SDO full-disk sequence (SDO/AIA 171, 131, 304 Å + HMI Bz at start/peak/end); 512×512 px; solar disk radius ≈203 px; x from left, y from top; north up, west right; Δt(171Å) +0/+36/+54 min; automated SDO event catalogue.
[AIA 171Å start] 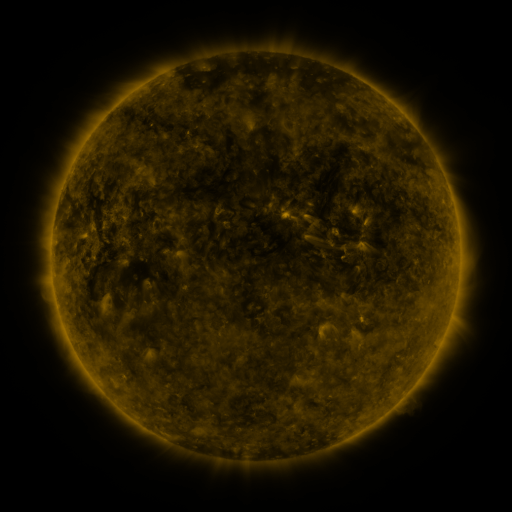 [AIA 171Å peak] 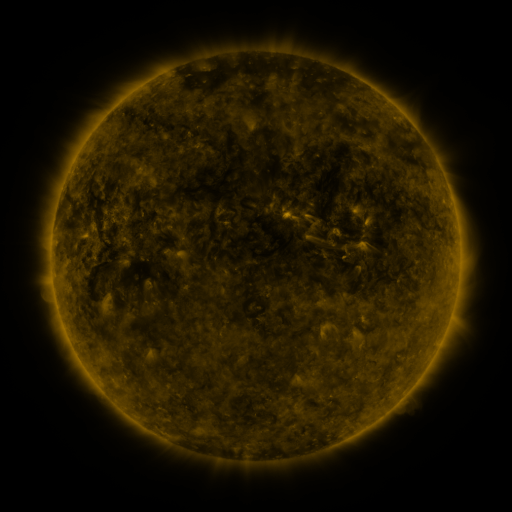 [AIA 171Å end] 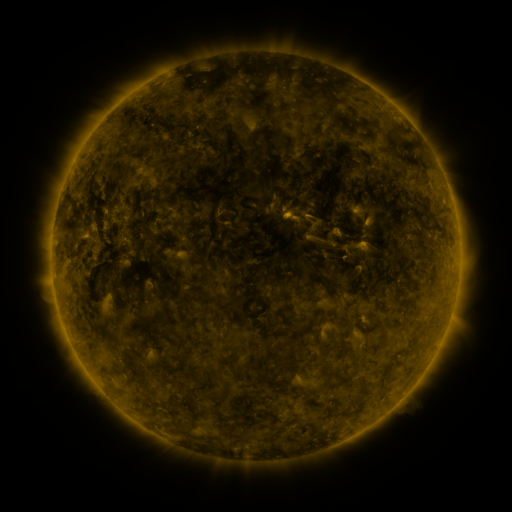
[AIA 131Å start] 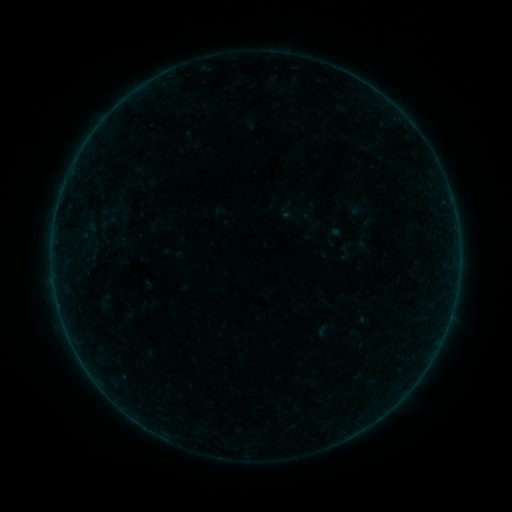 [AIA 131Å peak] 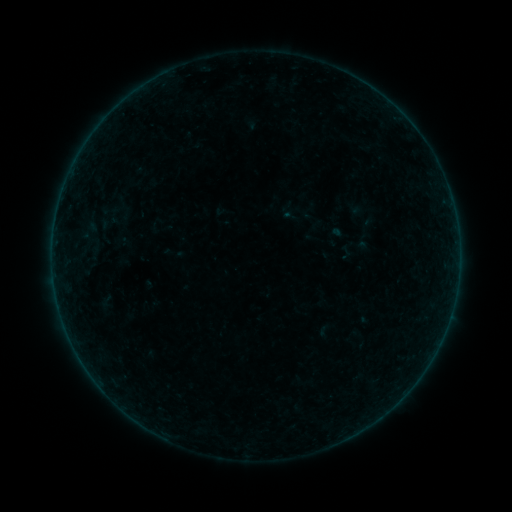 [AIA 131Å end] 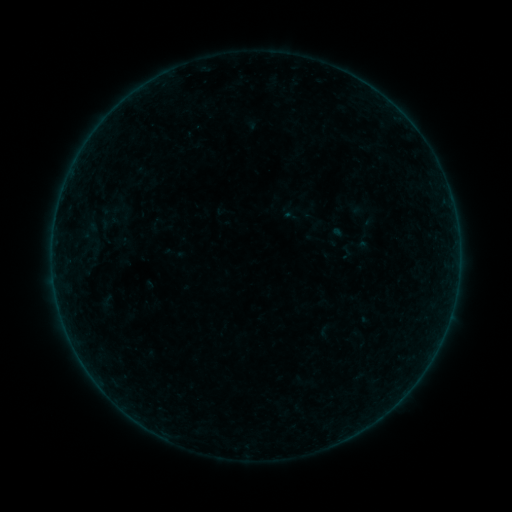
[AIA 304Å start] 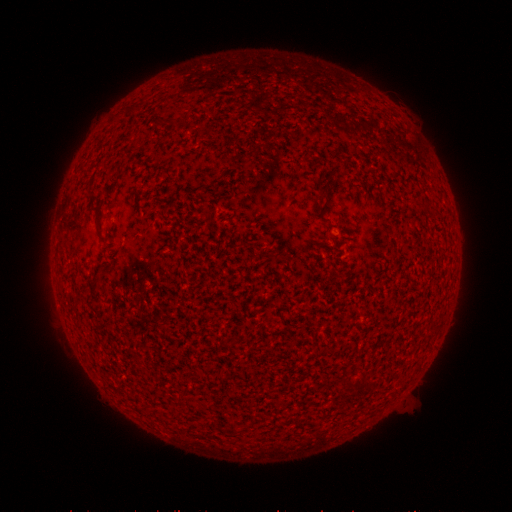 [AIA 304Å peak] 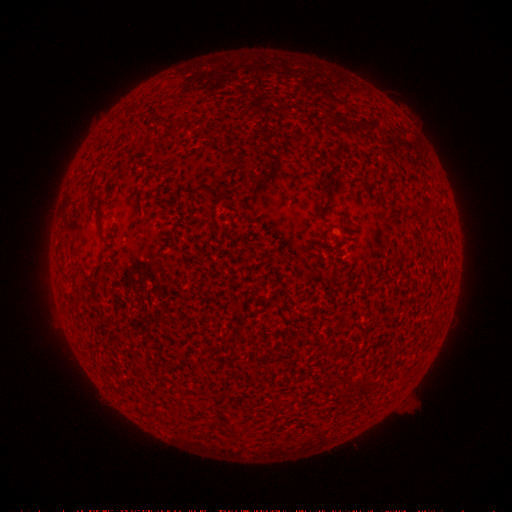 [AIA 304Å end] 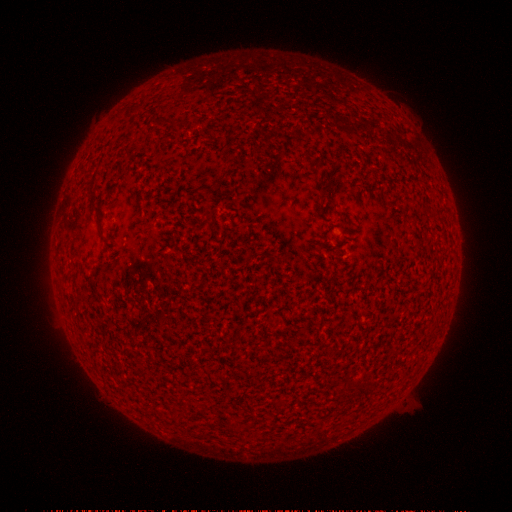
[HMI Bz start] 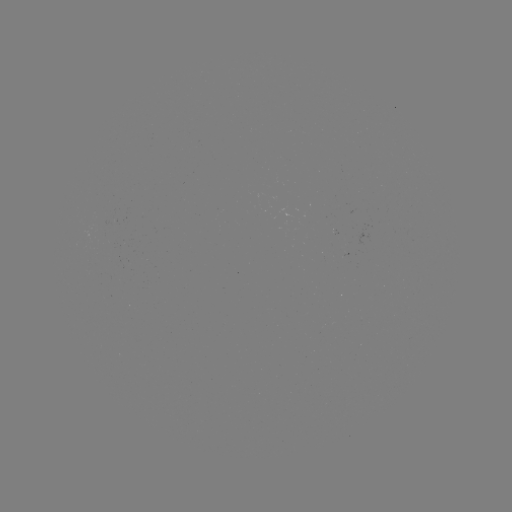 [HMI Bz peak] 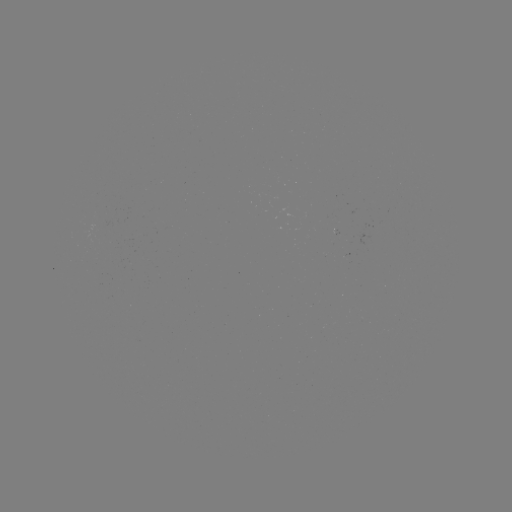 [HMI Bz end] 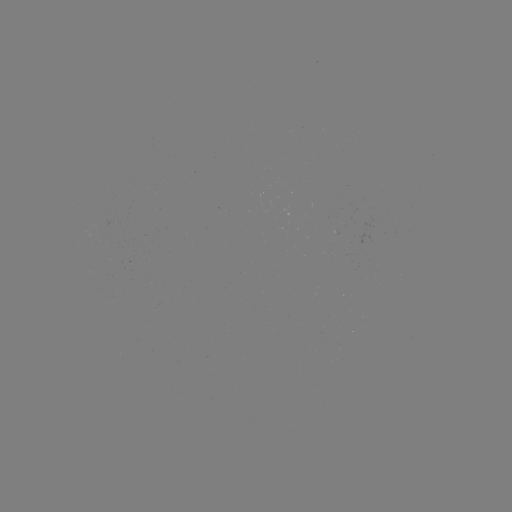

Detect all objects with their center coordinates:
A5.3 flare: (342, 439)
